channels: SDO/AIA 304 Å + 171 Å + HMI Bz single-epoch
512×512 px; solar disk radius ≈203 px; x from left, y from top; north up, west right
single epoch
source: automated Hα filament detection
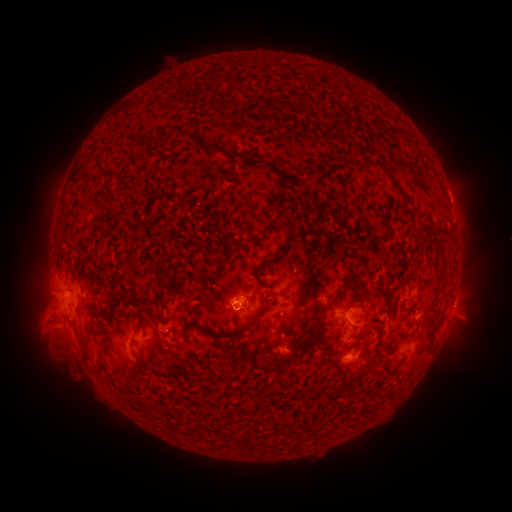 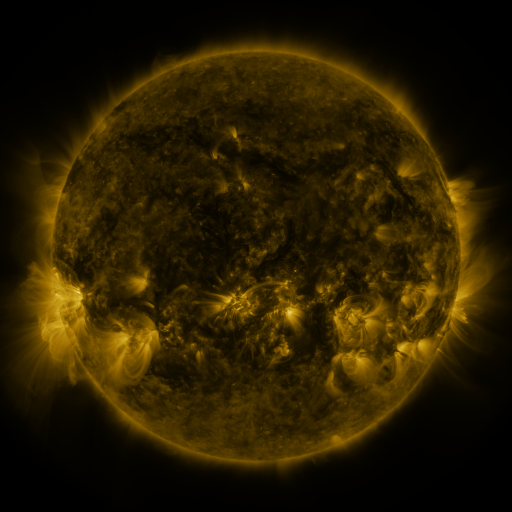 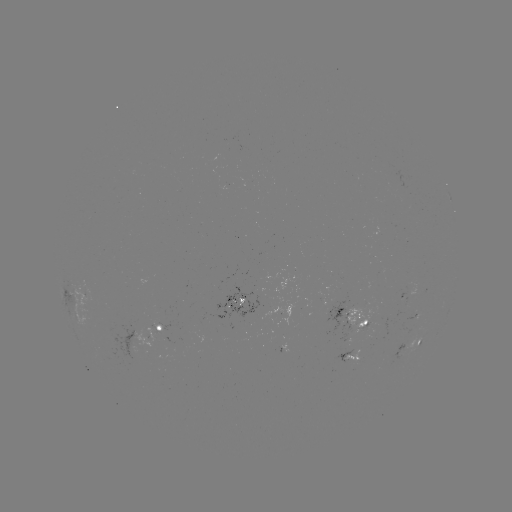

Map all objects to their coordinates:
filament: <bbox>239, 57, 249, 65</bbox>
filament: <bbox>385, 115, 420, 149</bbox>
filament: <bbox>176, 130, 199, 141</bbox>
filament: <bbox>156, 132, 167, 143</bbox>
filament: <bbox>271, 251, 284, 259</bbox>
filament: <bbox>439, 252, 446, 262</bbox>
filament: <bbox>334, 274, 358, 295</bbox>
filament: <bbox>230, 313, 262, 337</bbox>
filament: <bbox>184, 322, 222, 338</bbox>
